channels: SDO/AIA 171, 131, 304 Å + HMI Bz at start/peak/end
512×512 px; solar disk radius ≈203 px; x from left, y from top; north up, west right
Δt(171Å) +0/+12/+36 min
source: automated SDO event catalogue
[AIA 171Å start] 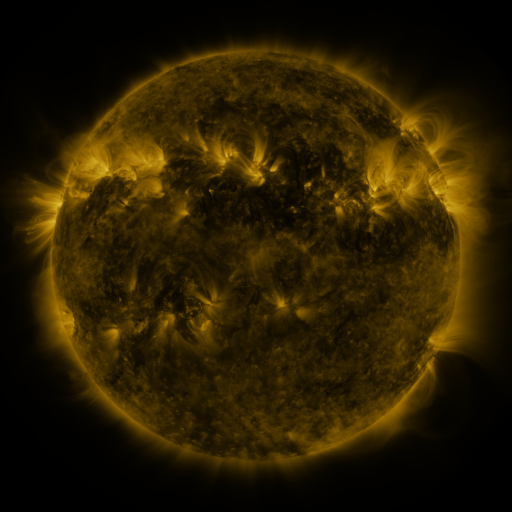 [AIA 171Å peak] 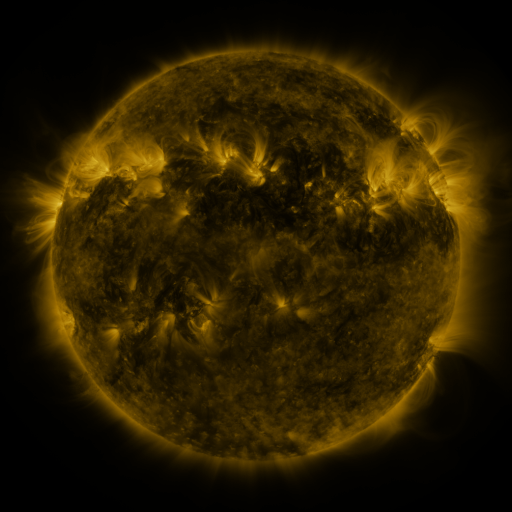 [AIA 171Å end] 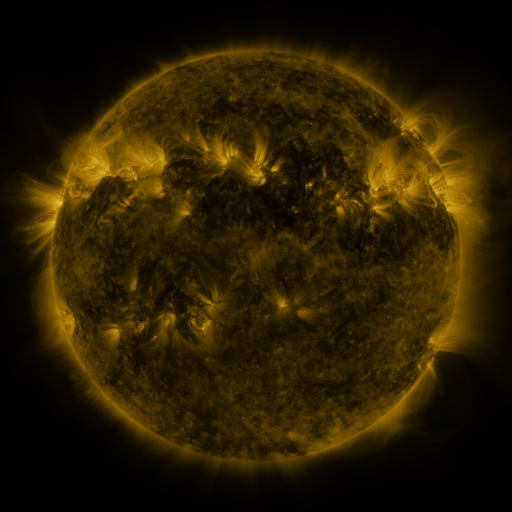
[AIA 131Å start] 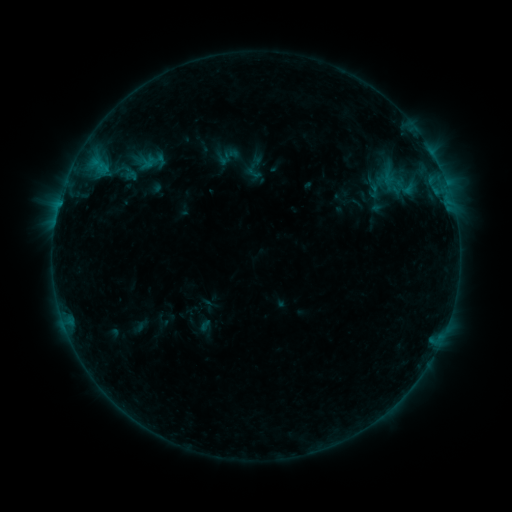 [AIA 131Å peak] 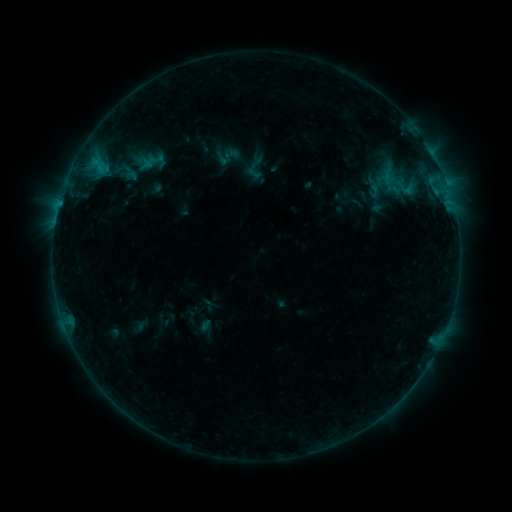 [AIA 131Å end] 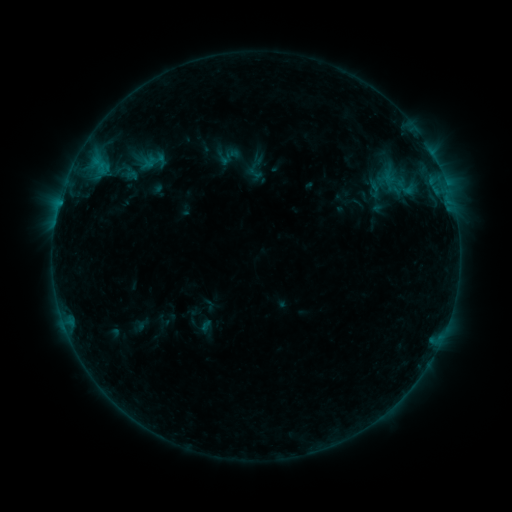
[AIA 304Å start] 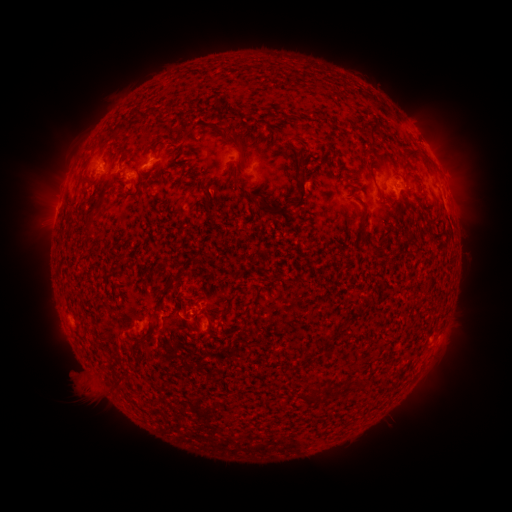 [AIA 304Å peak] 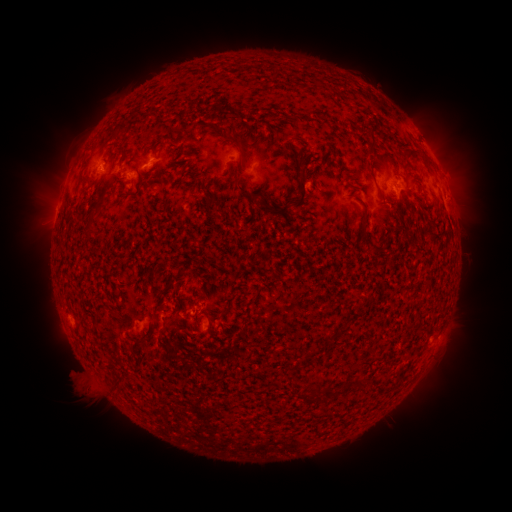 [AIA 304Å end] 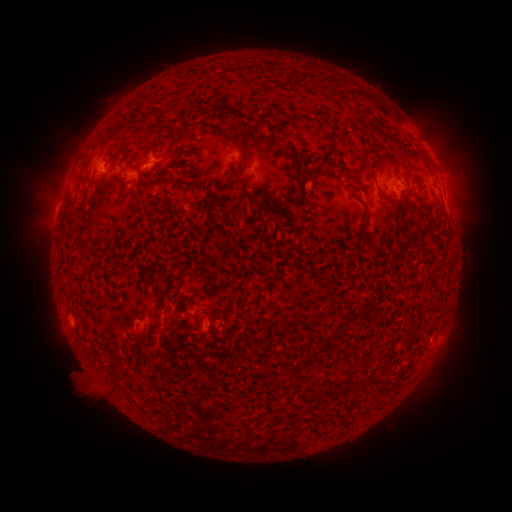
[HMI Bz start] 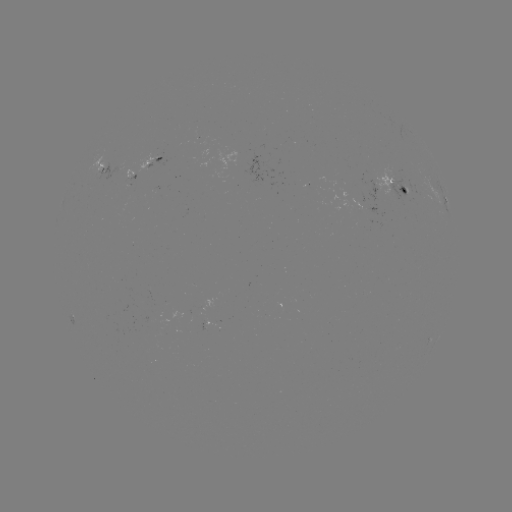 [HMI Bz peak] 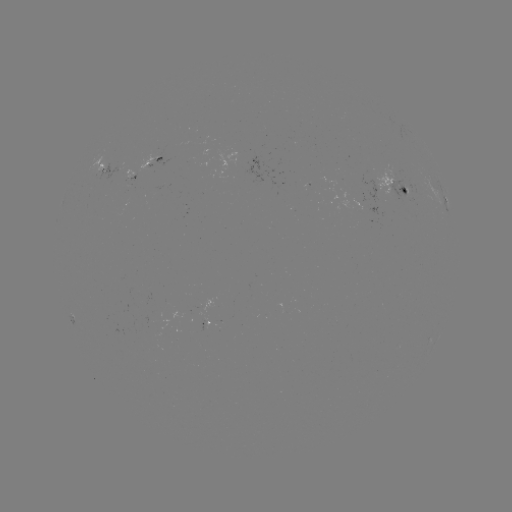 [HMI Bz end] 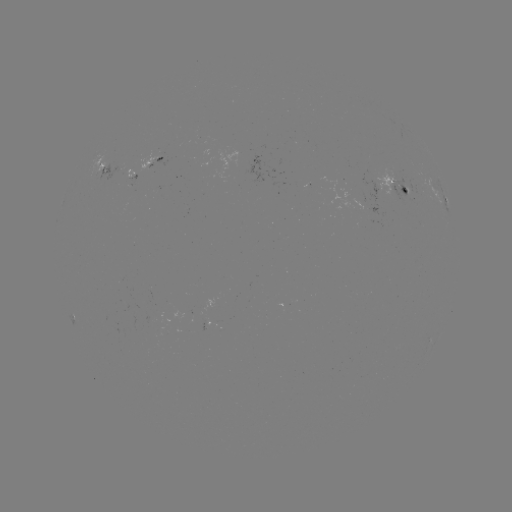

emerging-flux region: <bbox>359, 179, 384, 204</bbox>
